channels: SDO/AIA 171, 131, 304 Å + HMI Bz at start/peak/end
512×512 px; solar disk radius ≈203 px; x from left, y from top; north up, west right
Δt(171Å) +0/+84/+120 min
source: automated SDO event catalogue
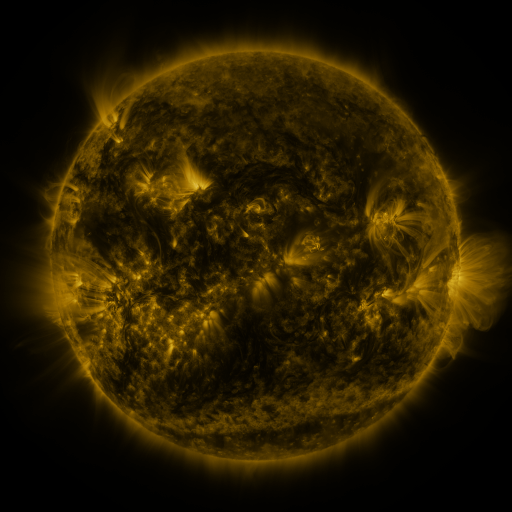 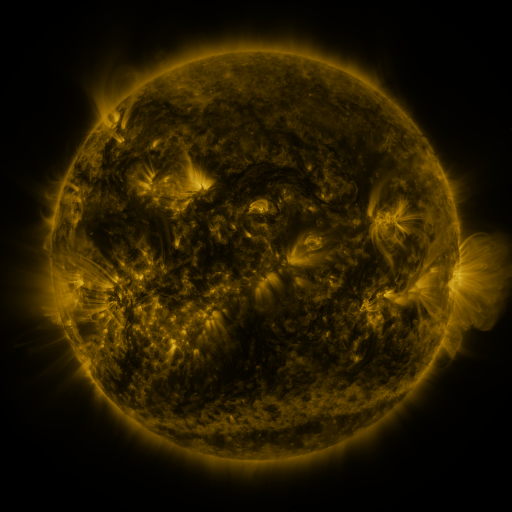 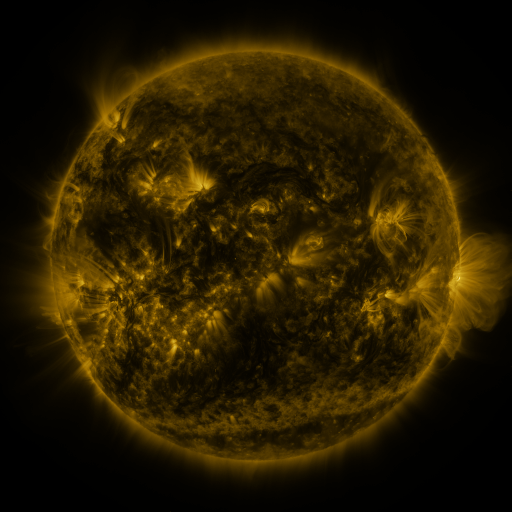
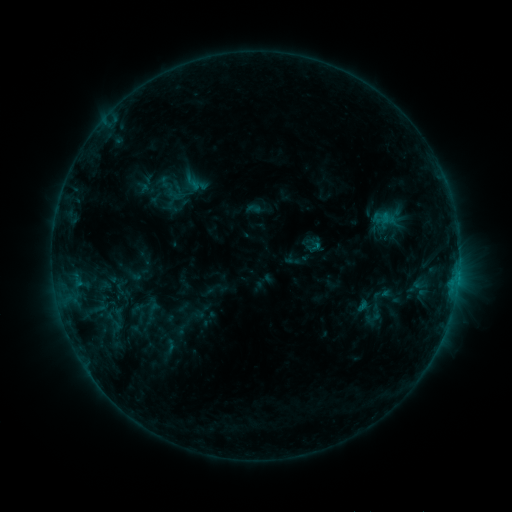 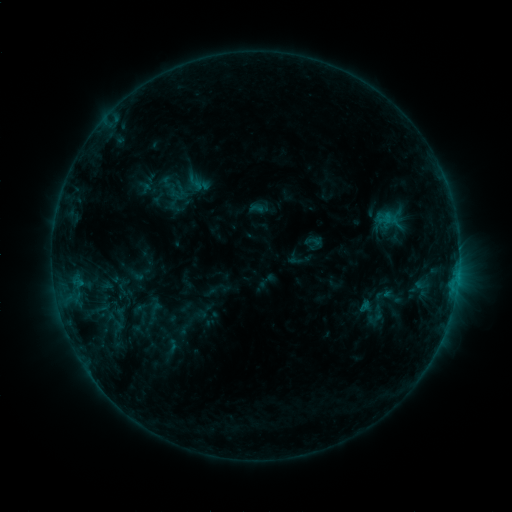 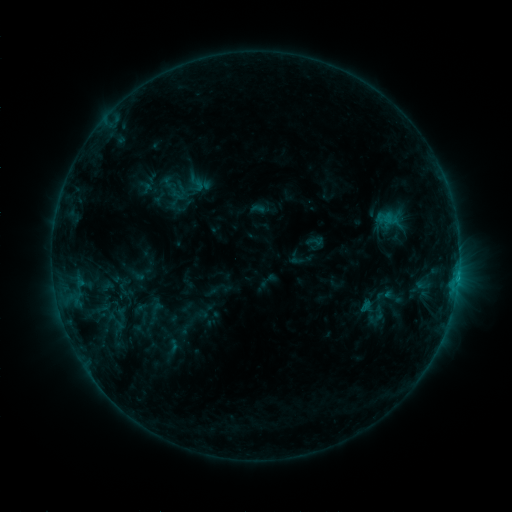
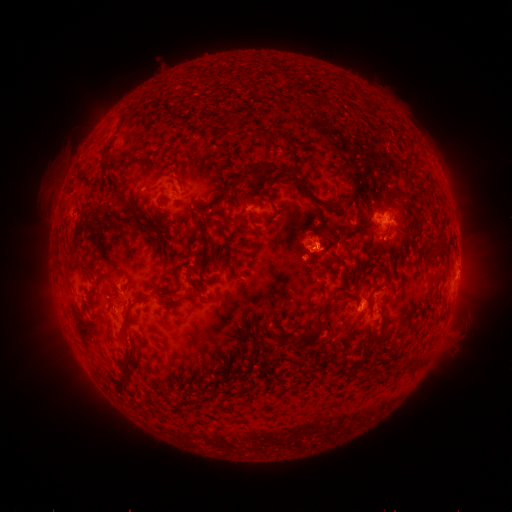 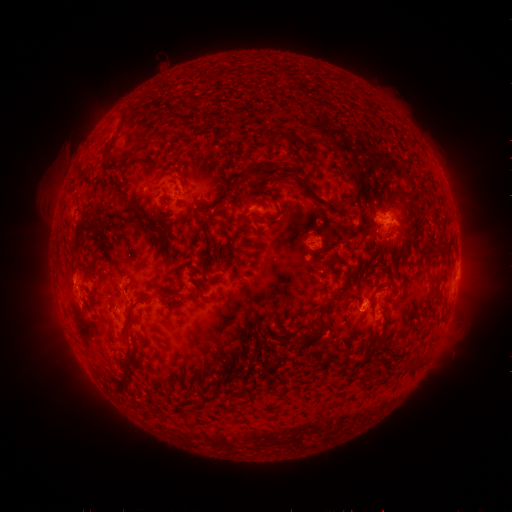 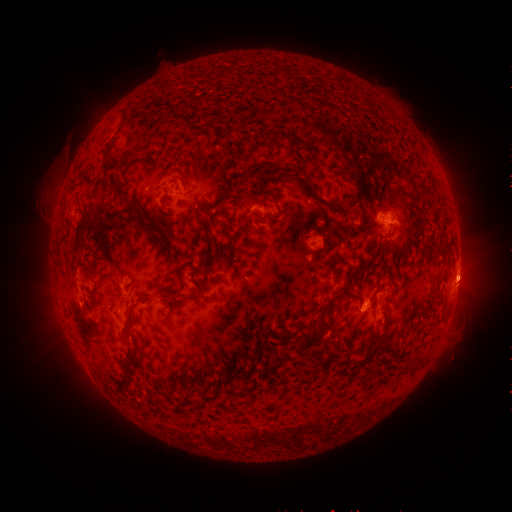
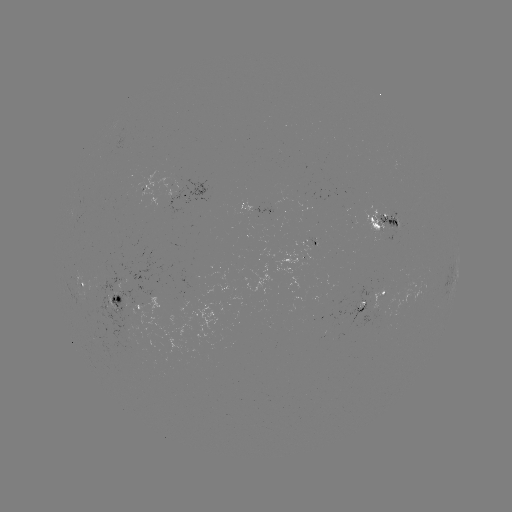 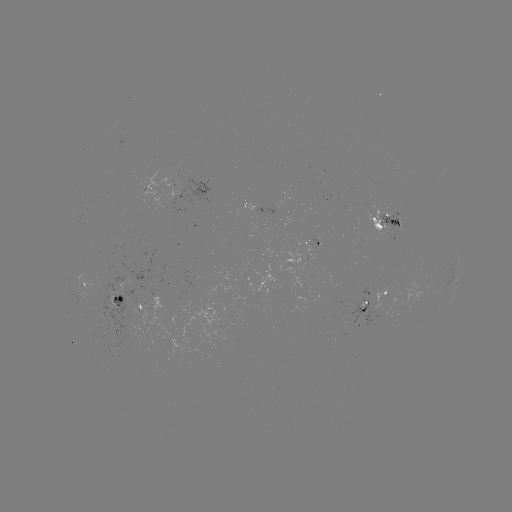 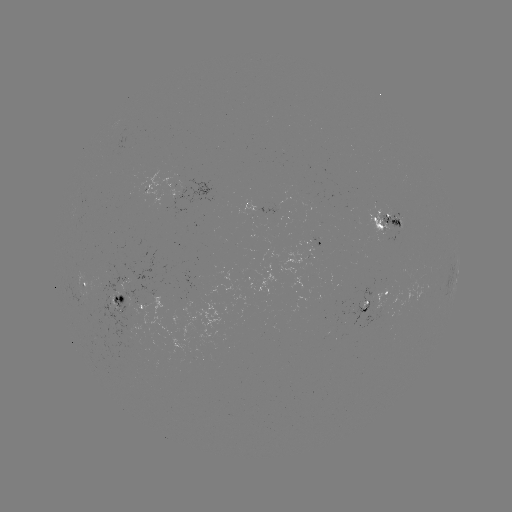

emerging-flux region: <bbox>118, 286, 193, 355</bbox>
